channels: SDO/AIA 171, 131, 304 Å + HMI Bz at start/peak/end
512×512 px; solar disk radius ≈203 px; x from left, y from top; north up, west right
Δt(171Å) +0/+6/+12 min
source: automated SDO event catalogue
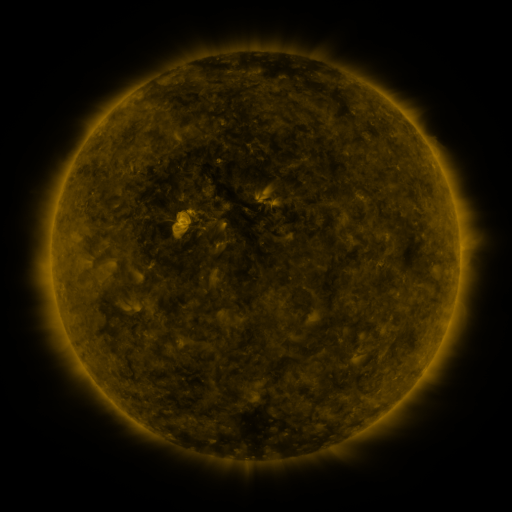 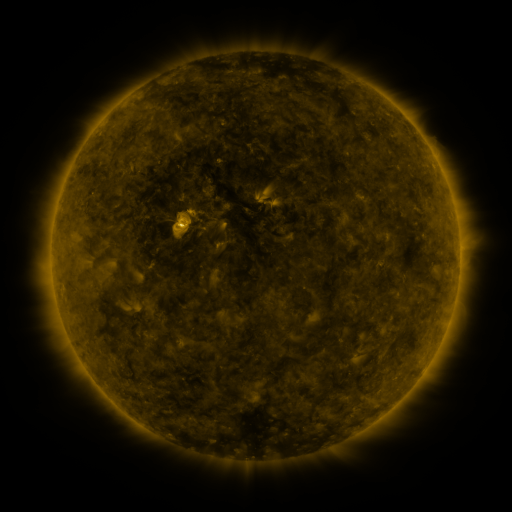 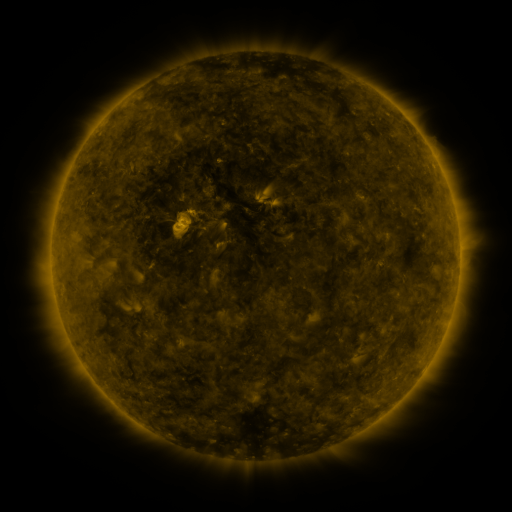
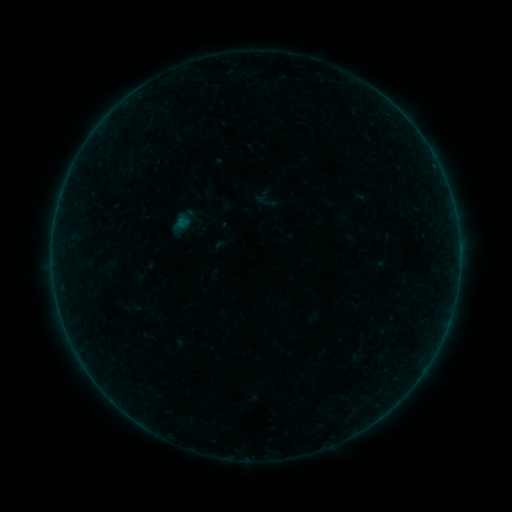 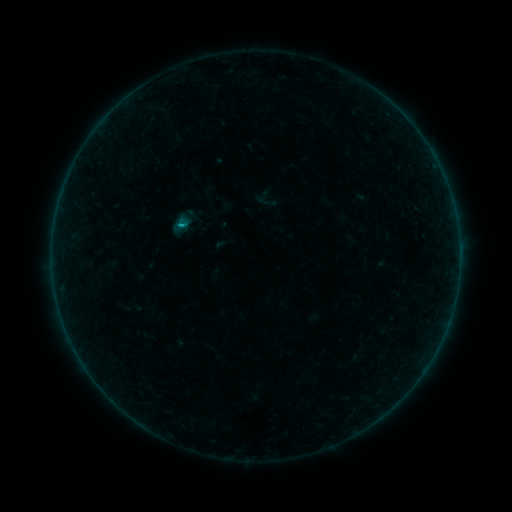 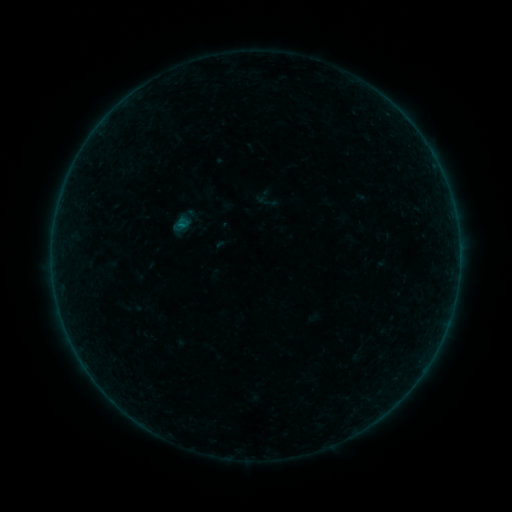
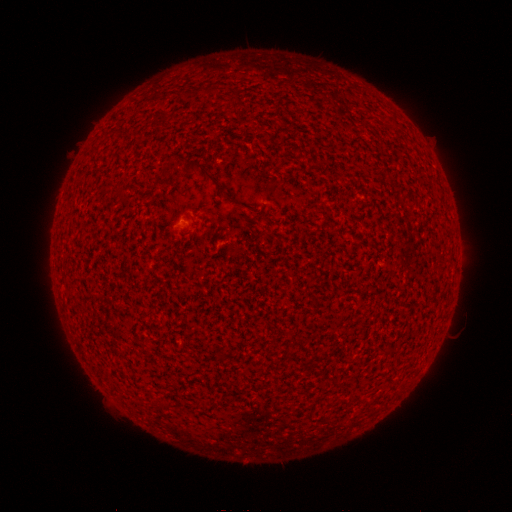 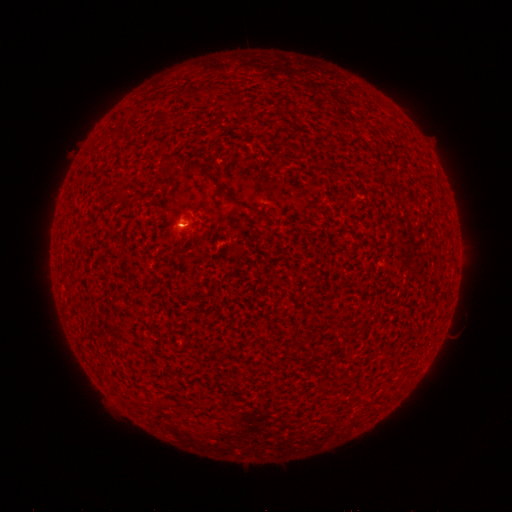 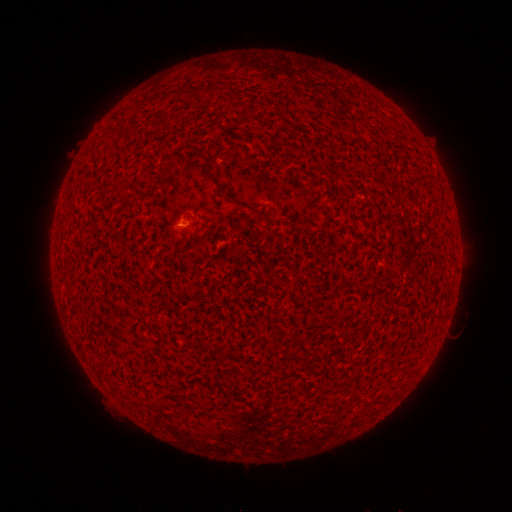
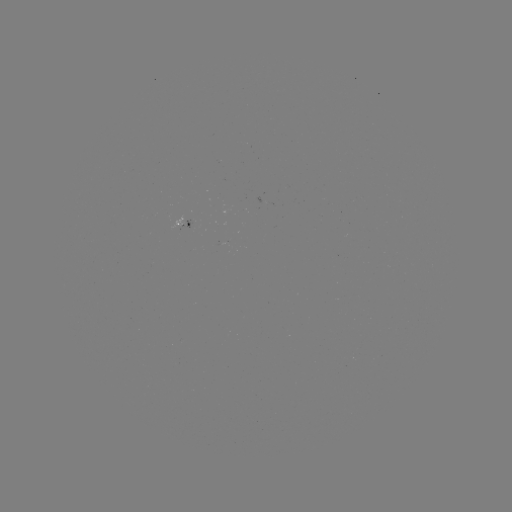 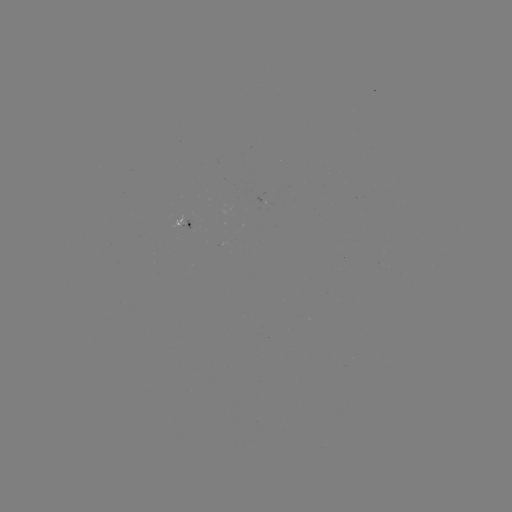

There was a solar flare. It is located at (182, 228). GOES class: B1.2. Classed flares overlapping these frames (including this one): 1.